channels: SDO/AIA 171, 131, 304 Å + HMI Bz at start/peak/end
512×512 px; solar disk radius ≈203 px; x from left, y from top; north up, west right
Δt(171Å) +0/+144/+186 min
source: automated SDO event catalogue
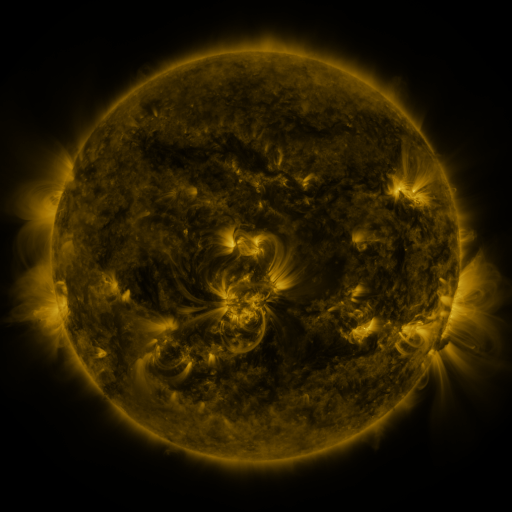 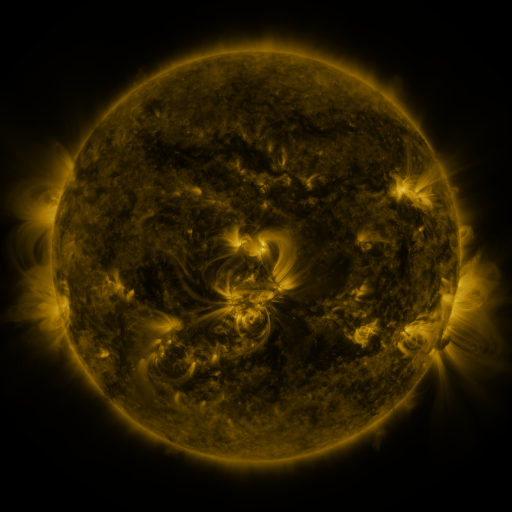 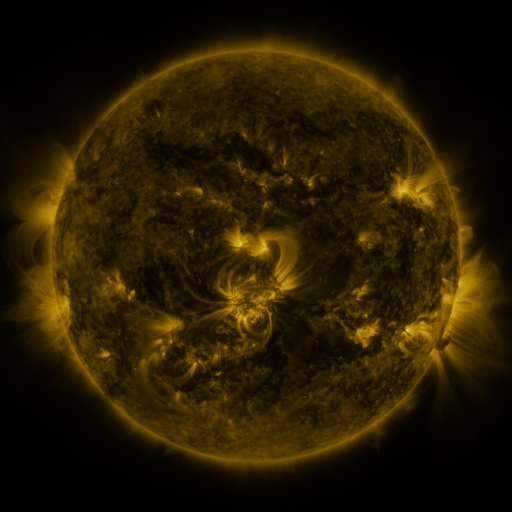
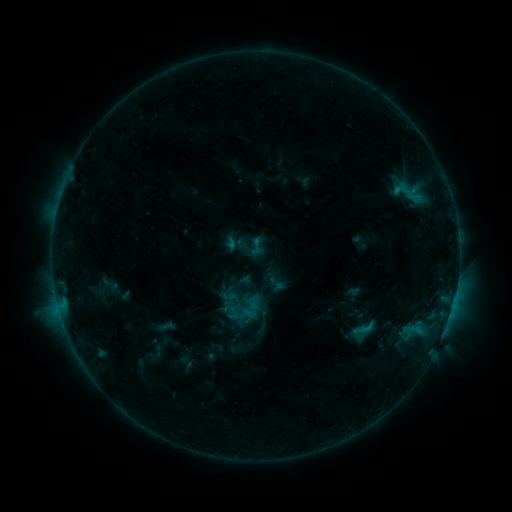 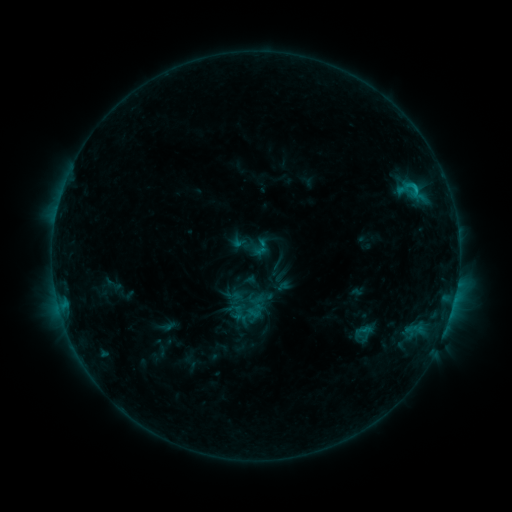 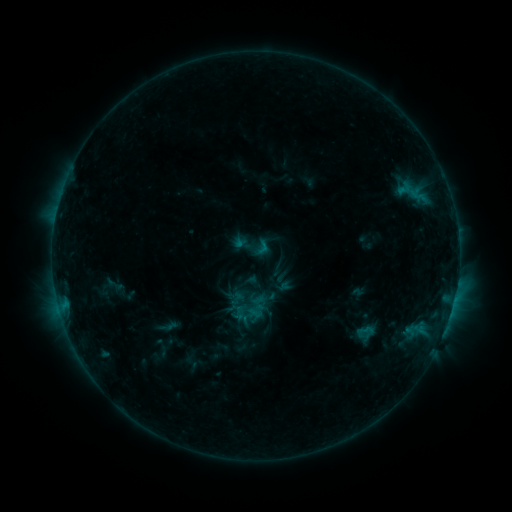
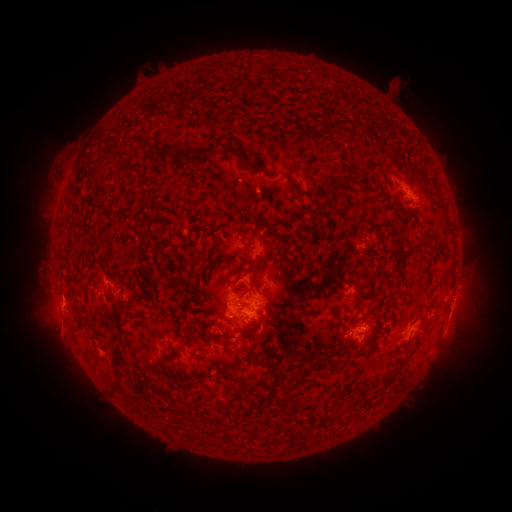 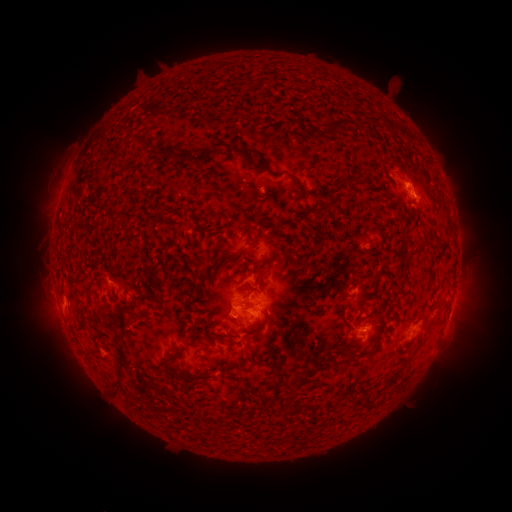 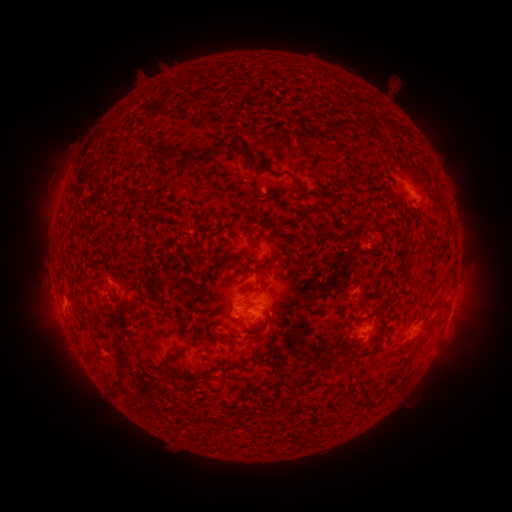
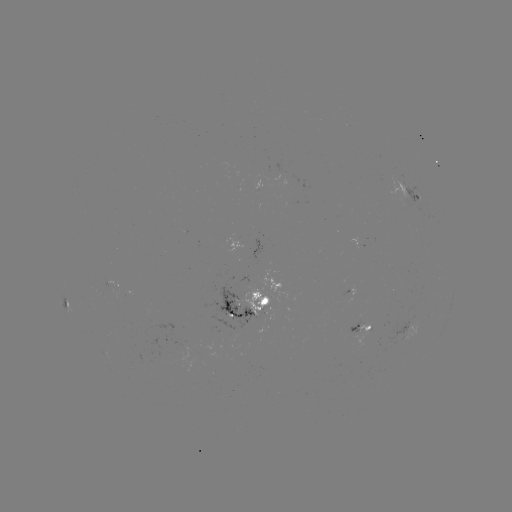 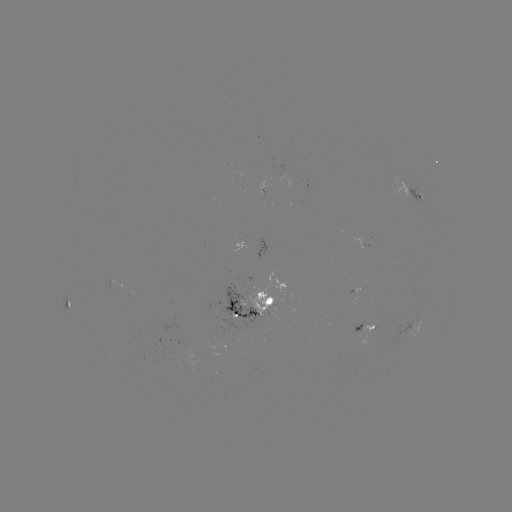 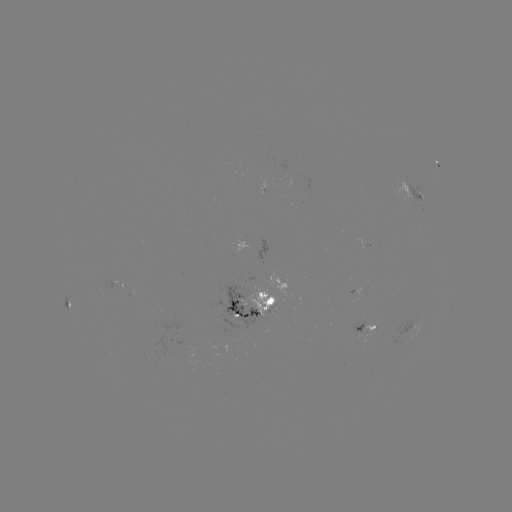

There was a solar emerging-flux region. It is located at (353, 332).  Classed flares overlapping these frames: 1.